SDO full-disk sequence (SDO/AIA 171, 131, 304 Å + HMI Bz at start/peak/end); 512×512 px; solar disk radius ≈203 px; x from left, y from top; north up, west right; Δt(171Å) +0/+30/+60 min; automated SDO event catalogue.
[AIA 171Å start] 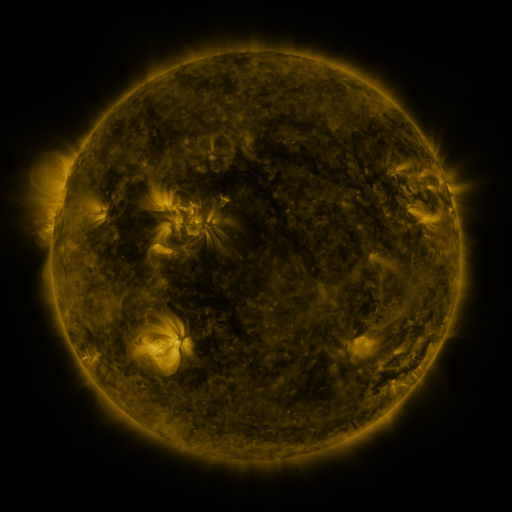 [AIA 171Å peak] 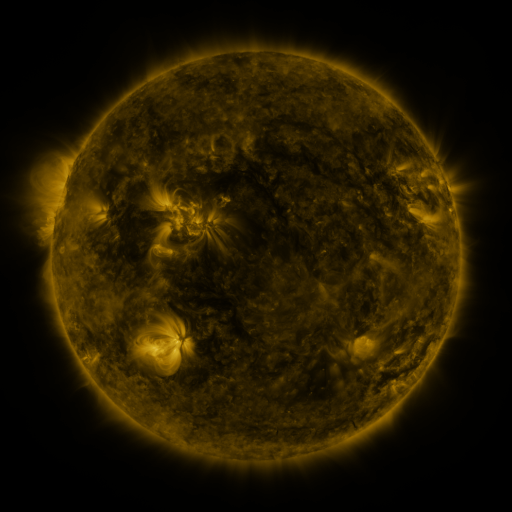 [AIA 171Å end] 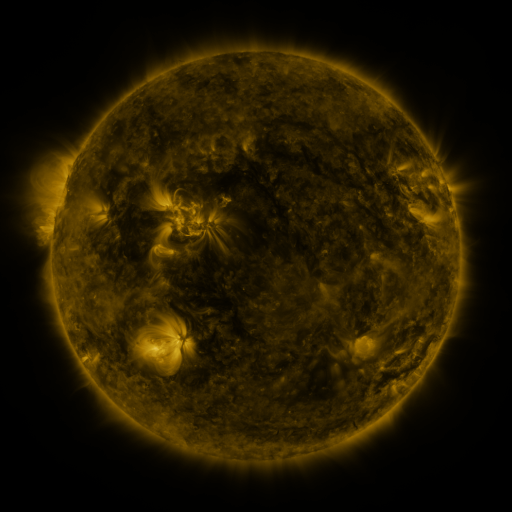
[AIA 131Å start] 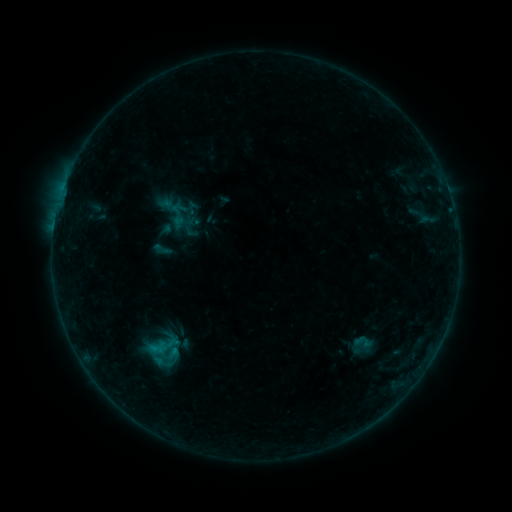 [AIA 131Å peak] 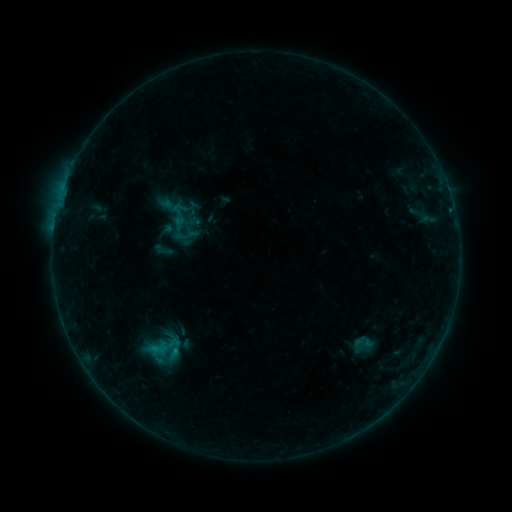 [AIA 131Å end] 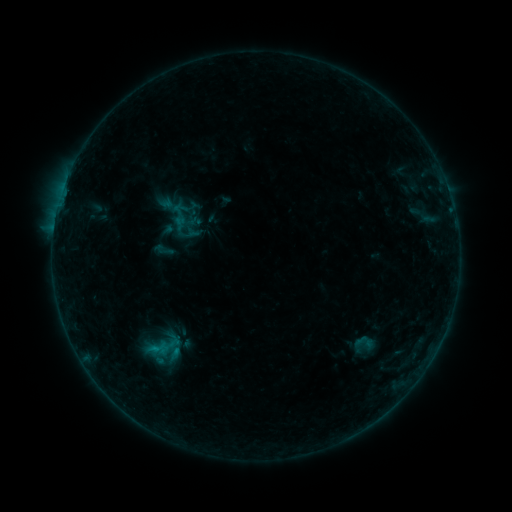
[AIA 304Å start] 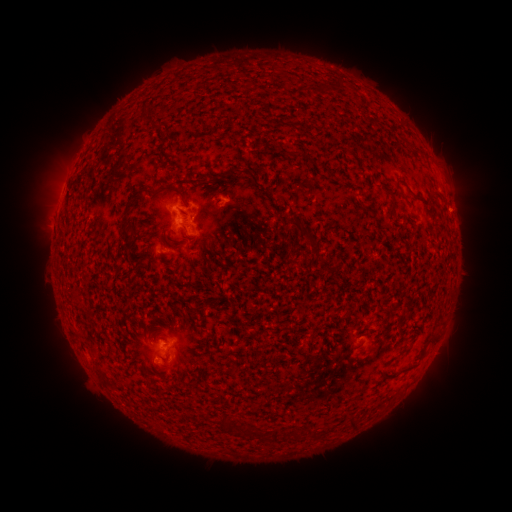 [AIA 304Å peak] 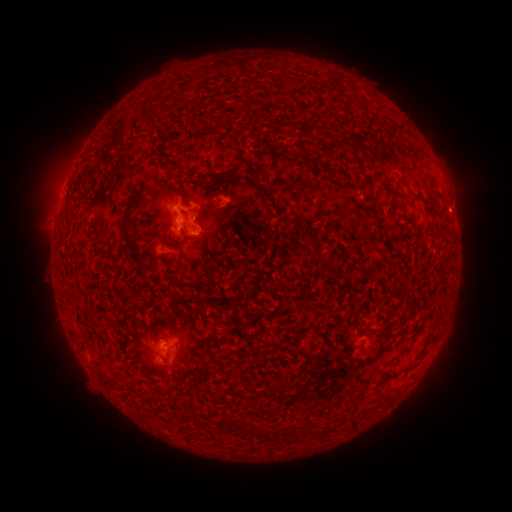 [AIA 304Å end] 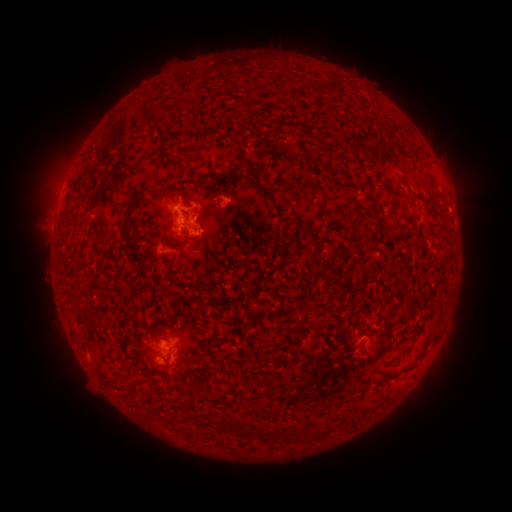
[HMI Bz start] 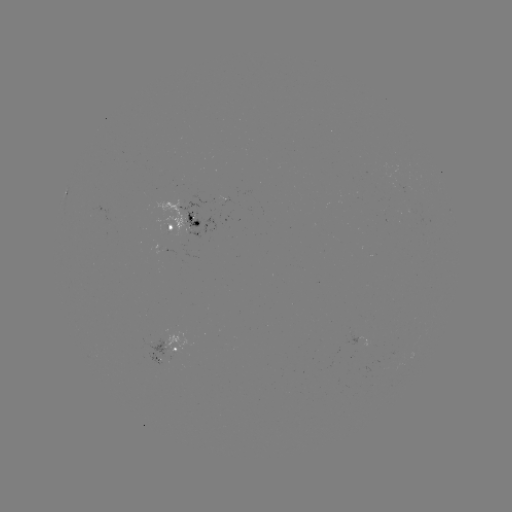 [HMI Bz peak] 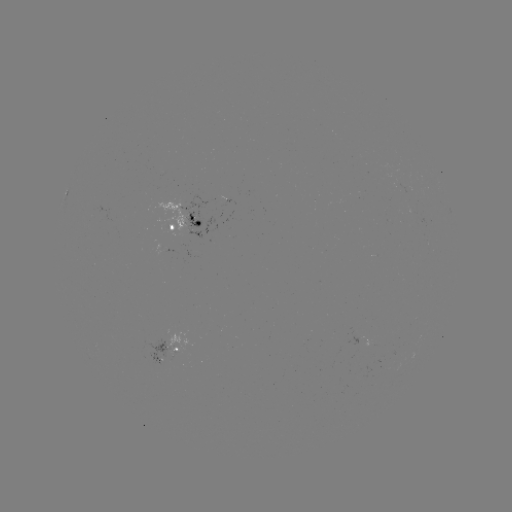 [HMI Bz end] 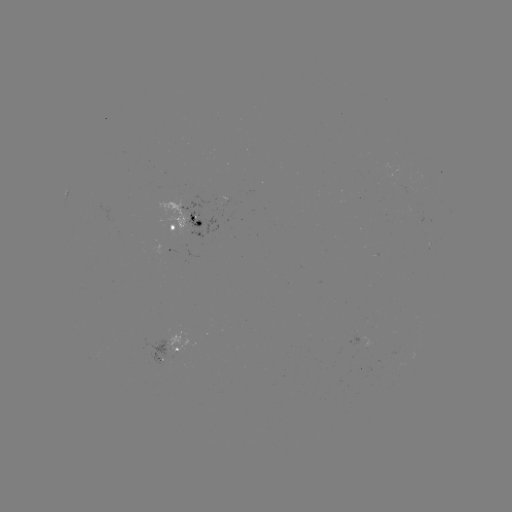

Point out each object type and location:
B4.5 flare: (184, 236)
